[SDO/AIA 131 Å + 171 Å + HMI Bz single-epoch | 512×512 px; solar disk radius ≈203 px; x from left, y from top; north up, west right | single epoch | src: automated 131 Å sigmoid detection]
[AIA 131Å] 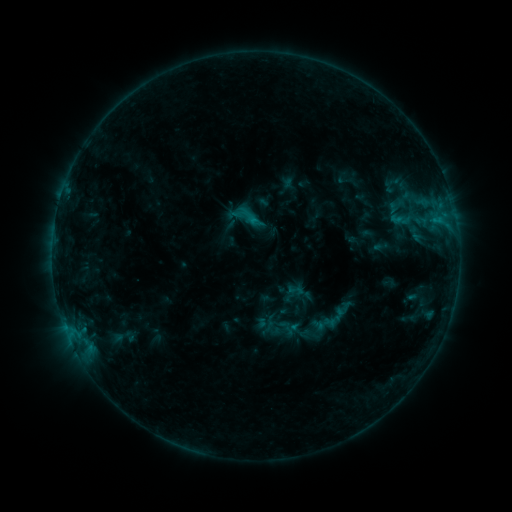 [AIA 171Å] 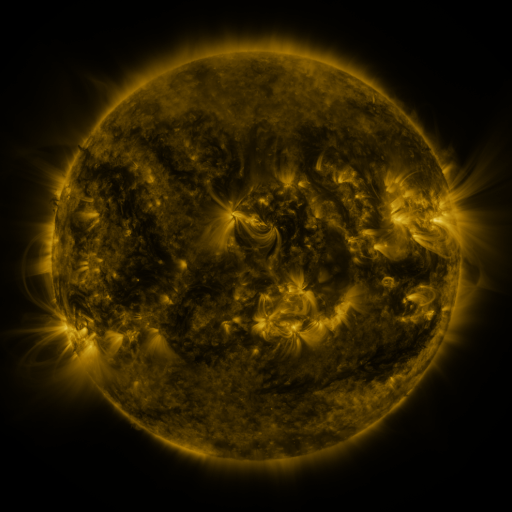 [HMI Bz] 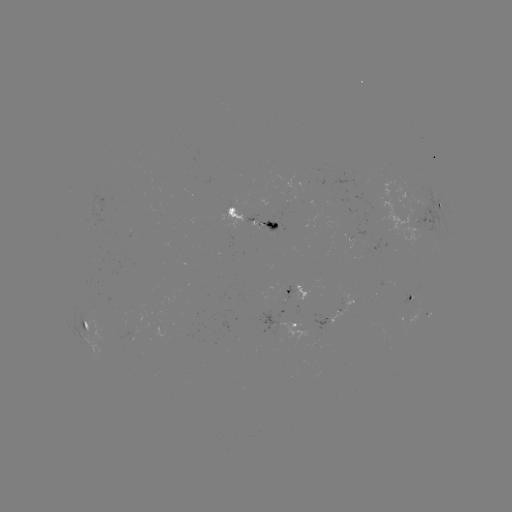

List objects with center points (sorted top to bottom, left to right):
sigmoid: [227, 198, 267, 238]
sigmoid: [287, 281, 304, 298]
sigmoid: [289, 320, 309, 340]
